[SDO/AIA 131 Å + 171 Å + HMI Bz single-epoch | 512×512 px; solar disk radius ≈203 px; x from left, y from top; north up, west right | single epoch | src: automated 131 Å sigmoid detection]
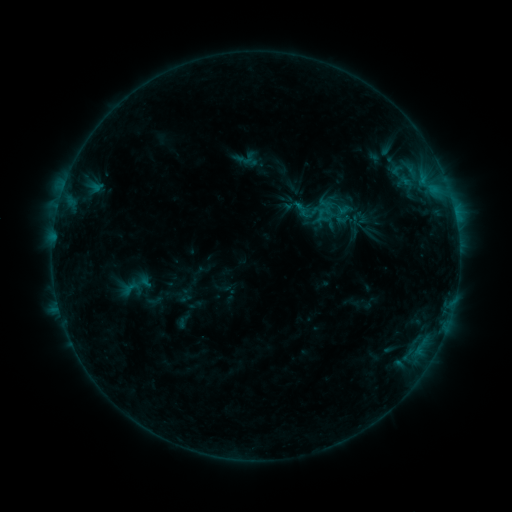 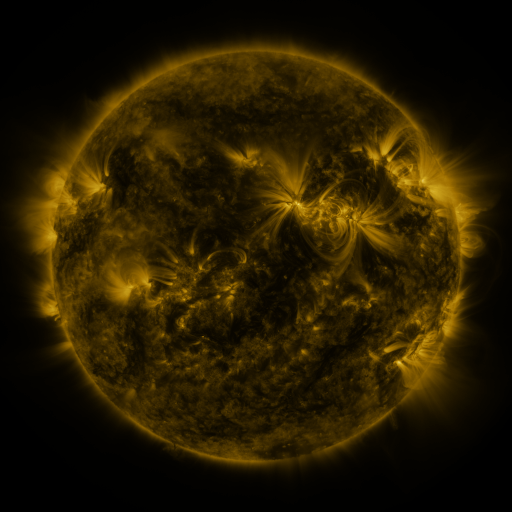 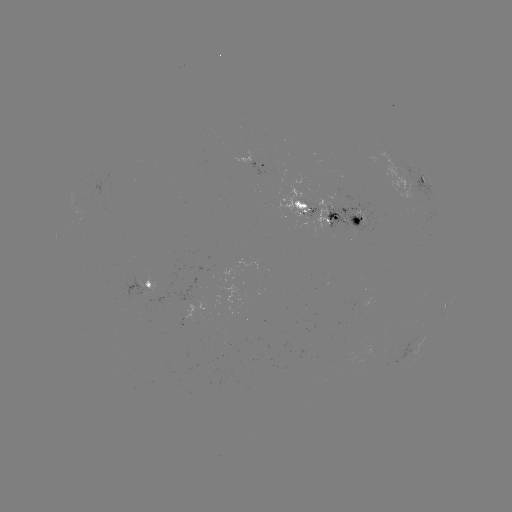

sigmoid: <bbox>291, 199, 310, 218</bbox>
